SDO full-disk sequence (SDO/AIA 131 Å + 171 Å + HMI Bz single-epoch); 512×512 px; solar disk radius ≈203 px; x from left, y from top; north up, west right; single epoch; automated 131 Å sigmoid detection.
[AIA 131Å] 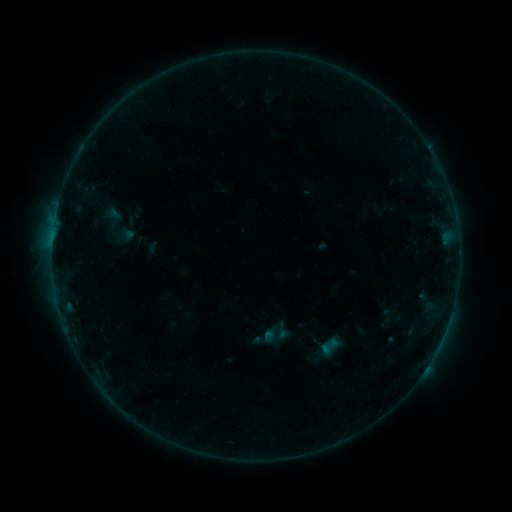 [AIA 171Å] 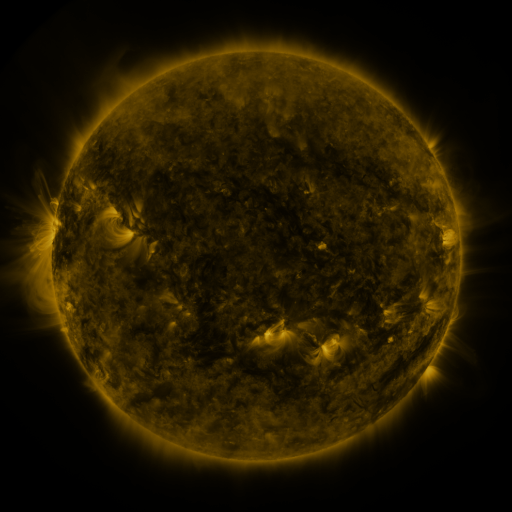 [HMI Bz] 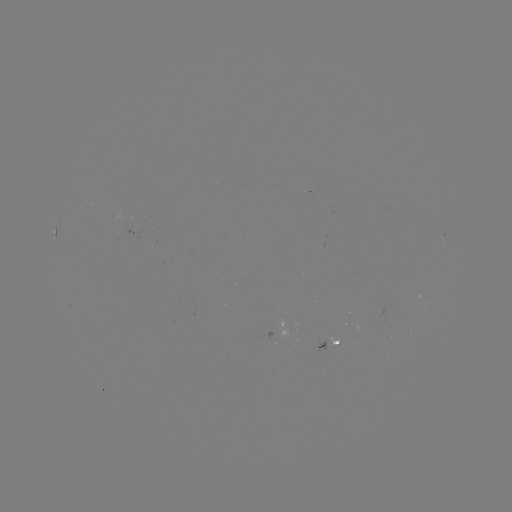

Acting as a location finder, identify sigmoid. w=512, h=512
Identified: (329, 346).